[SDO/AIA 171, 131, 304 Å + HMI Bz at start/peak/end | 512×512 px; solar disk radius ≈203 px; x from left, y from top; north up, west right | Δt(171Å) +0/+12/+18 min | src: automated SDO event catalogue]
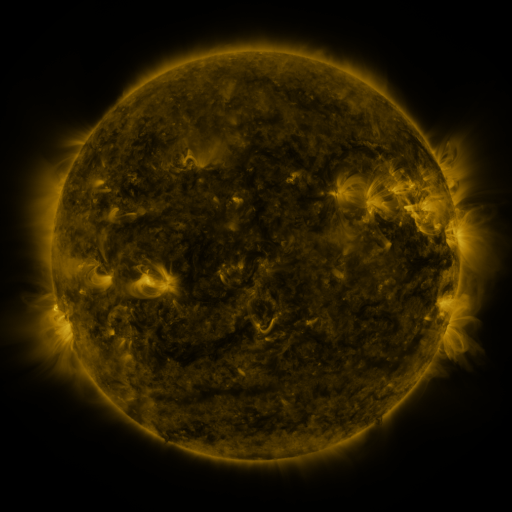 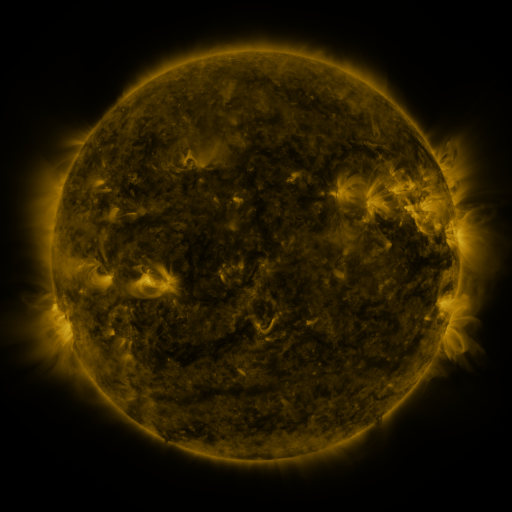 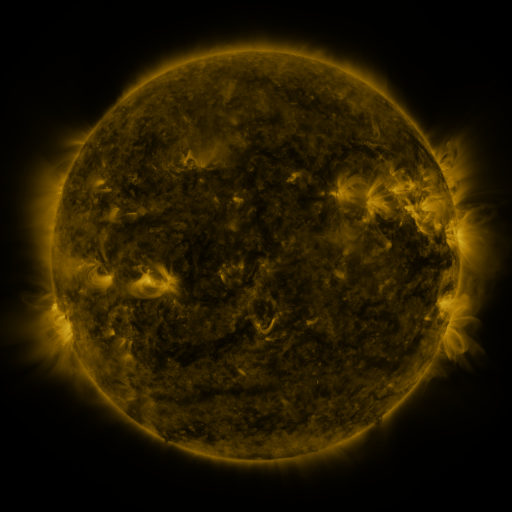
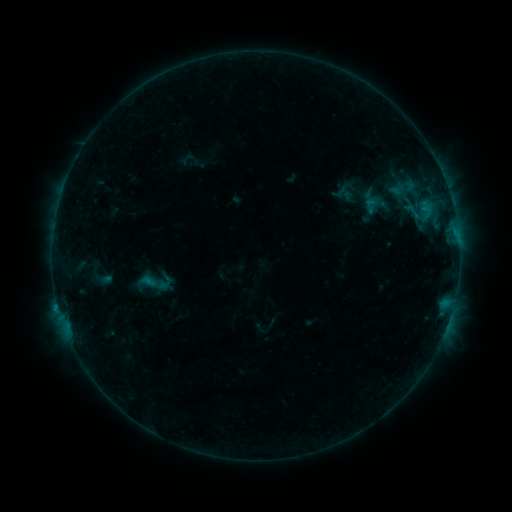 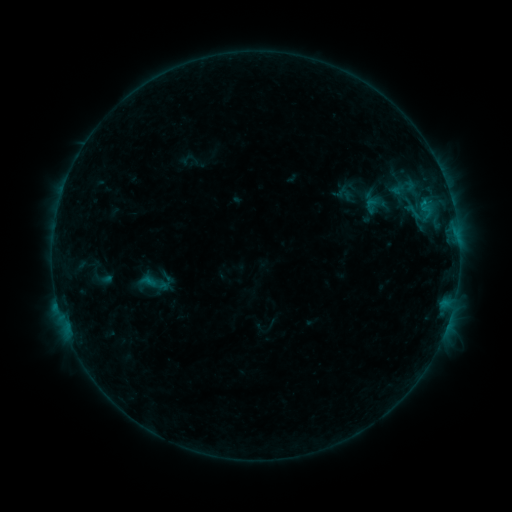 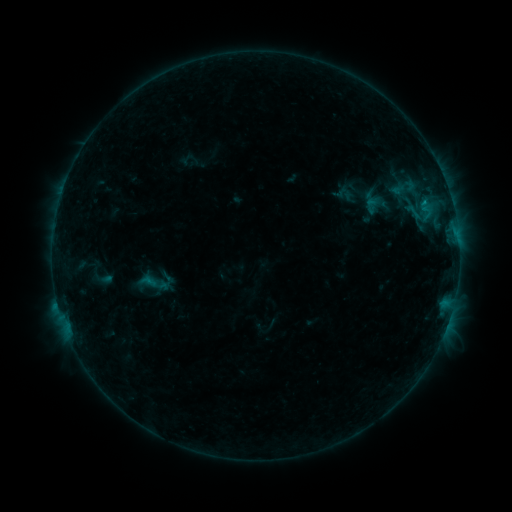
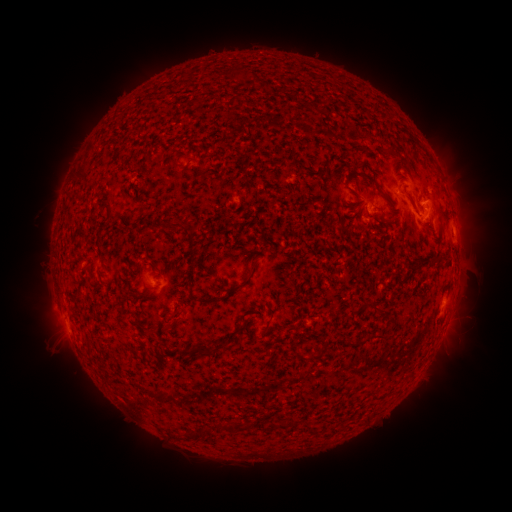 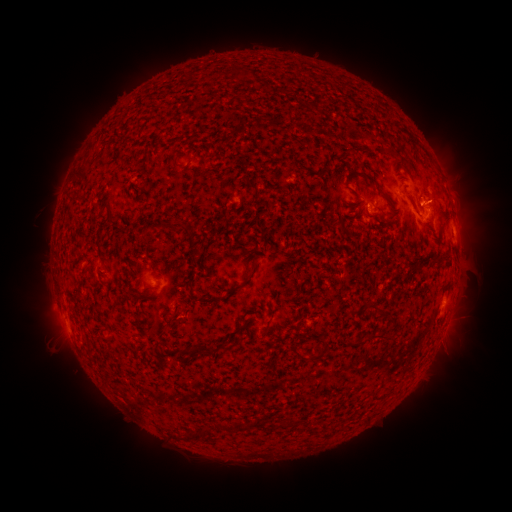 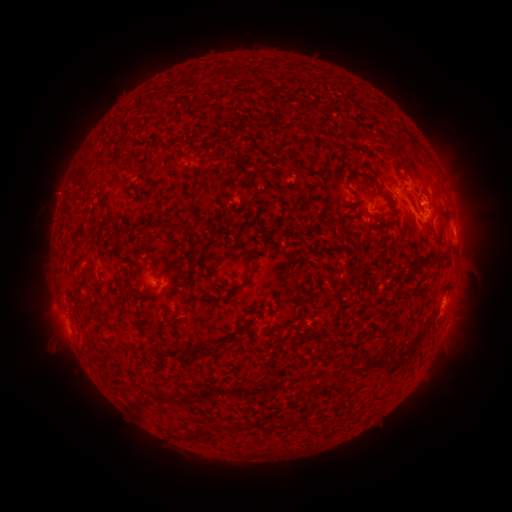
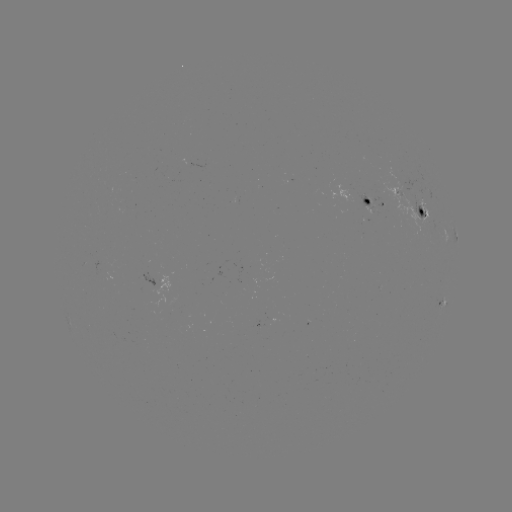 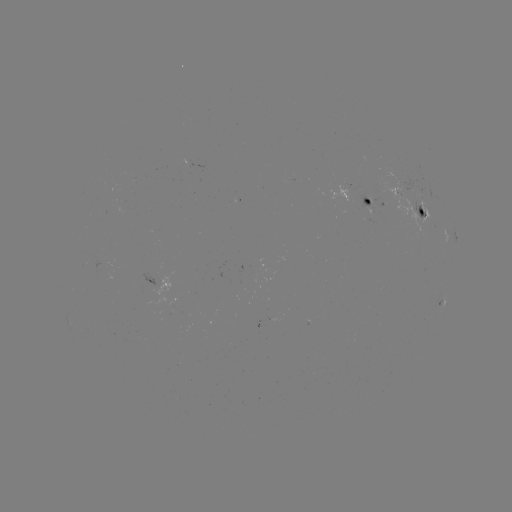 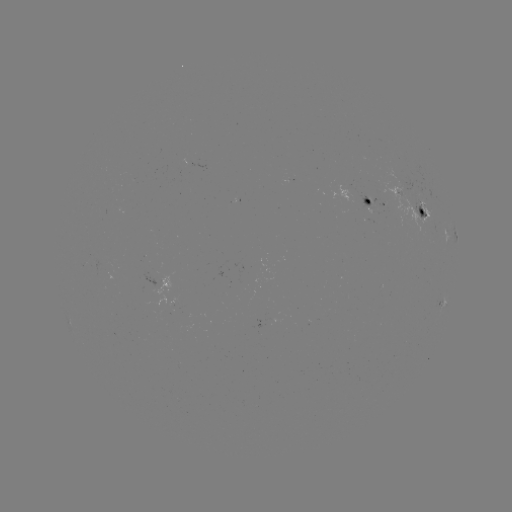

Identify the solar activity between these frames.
B6.3 flare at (423, 204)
